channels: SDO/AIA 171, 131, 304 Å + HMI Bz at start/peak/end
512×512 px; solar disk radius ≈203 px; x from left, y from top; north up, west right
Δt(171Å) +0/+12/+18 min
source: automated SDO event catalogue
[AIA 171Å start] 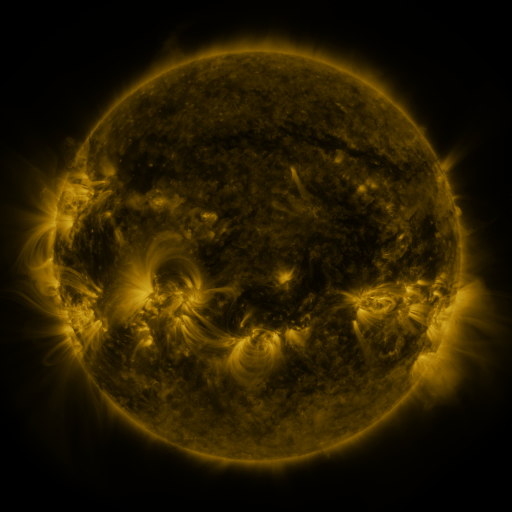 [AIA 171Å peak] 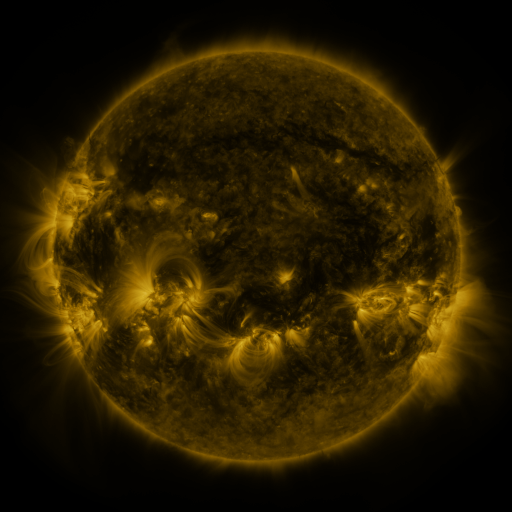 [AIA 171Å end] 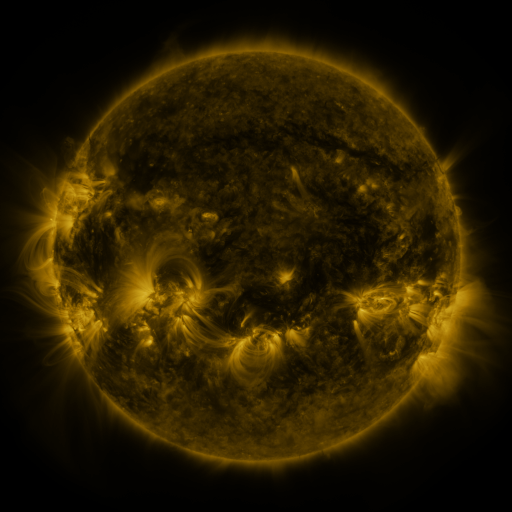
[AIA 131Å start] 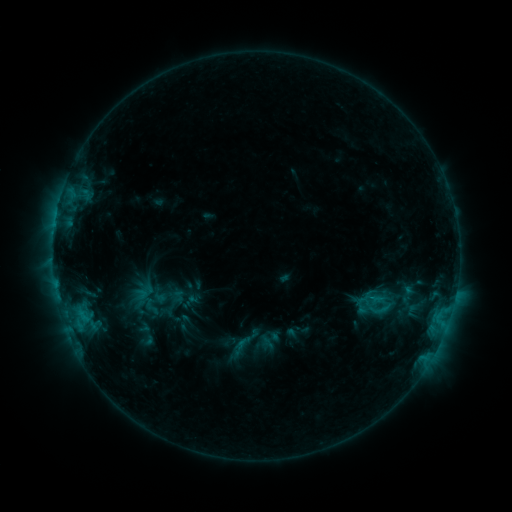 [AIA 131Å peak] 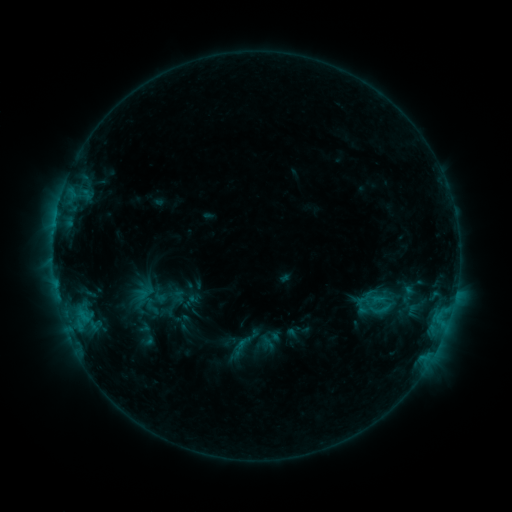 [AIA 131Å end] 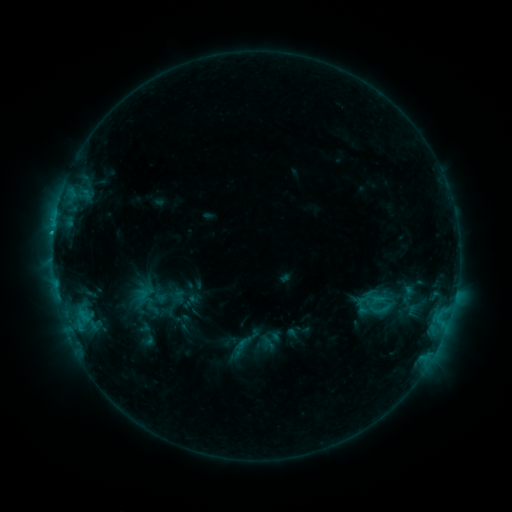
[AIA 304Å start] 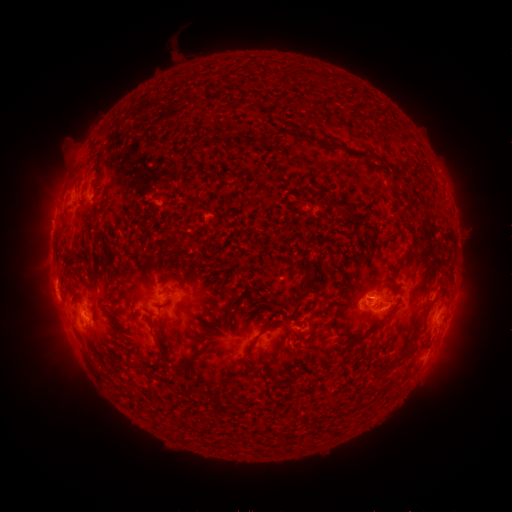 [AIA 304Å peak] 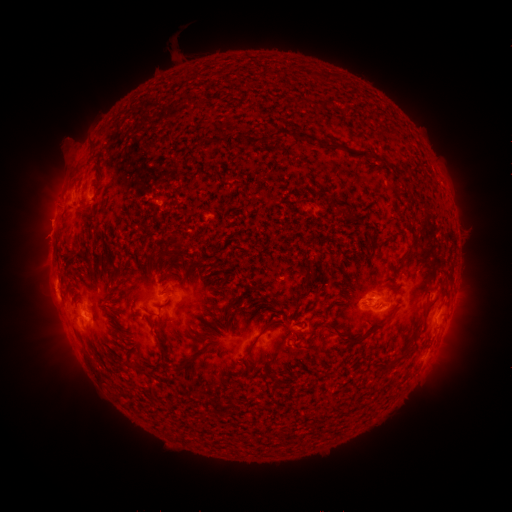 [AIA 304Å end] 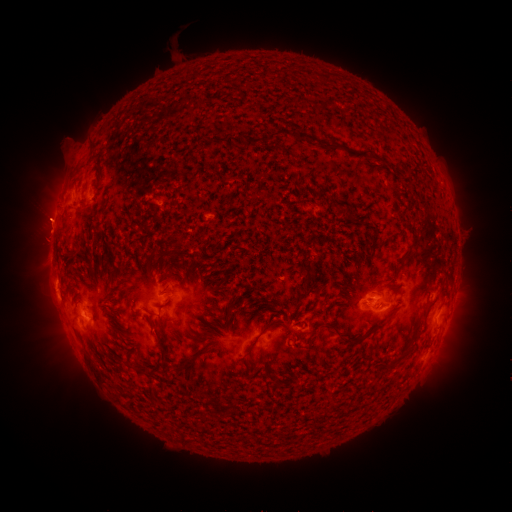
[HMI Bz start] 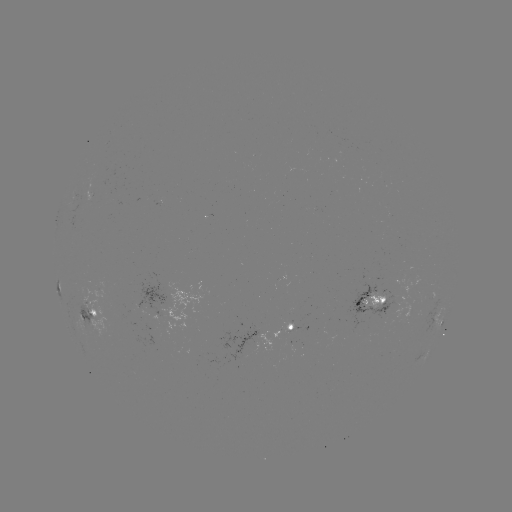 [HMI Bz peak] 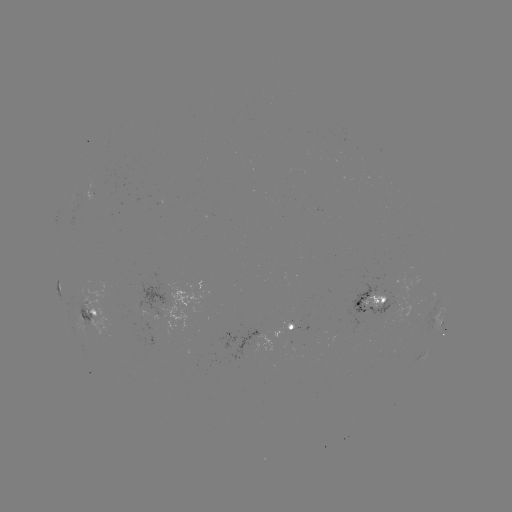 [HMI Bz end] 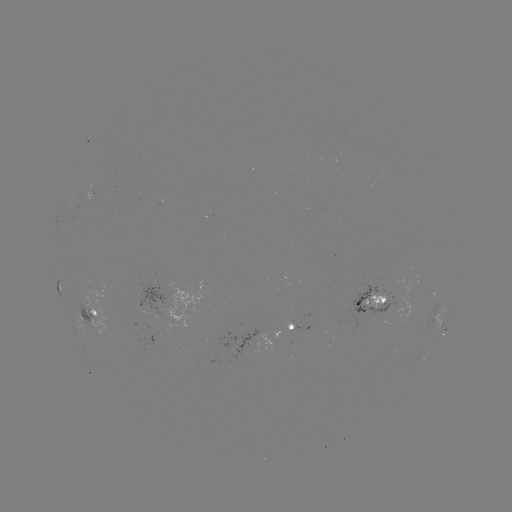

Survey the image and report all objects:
eruption: (42, 235)
